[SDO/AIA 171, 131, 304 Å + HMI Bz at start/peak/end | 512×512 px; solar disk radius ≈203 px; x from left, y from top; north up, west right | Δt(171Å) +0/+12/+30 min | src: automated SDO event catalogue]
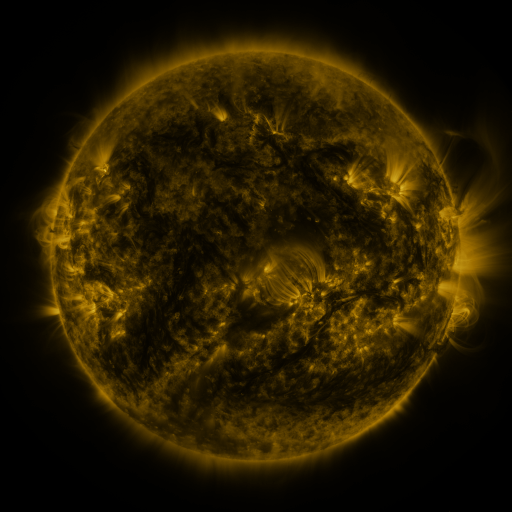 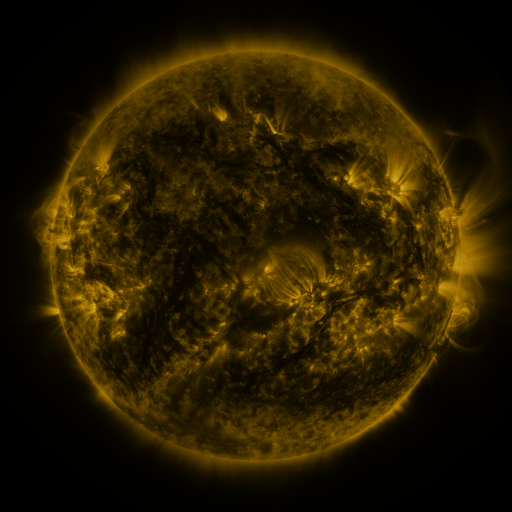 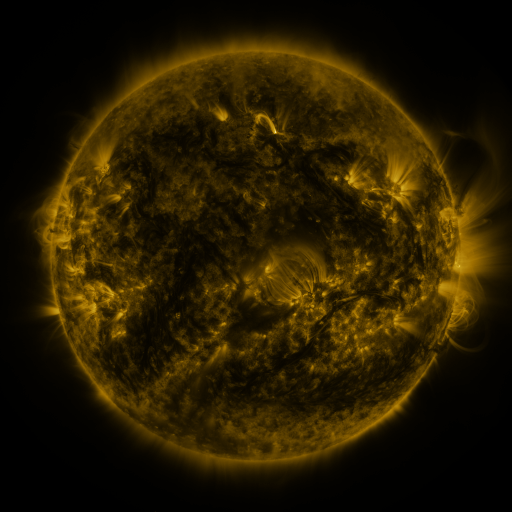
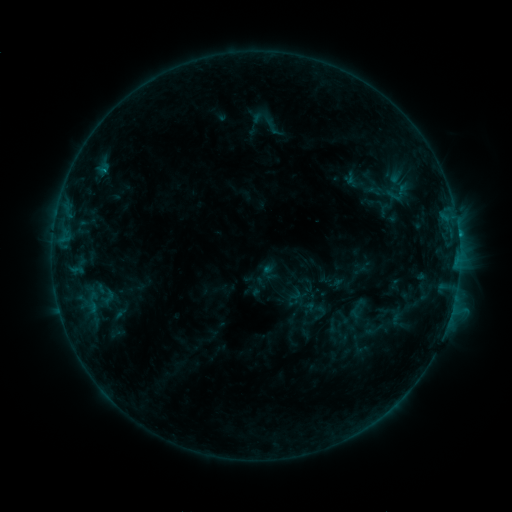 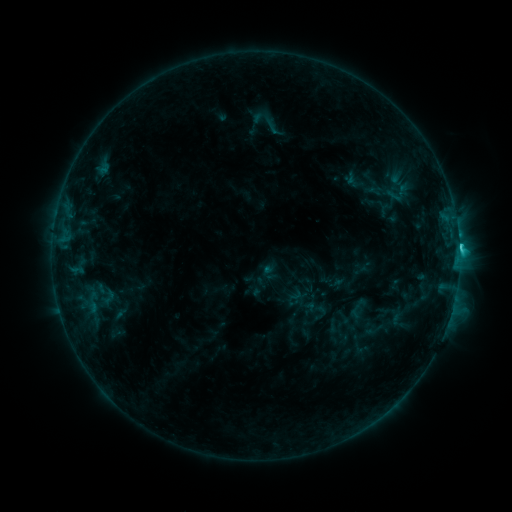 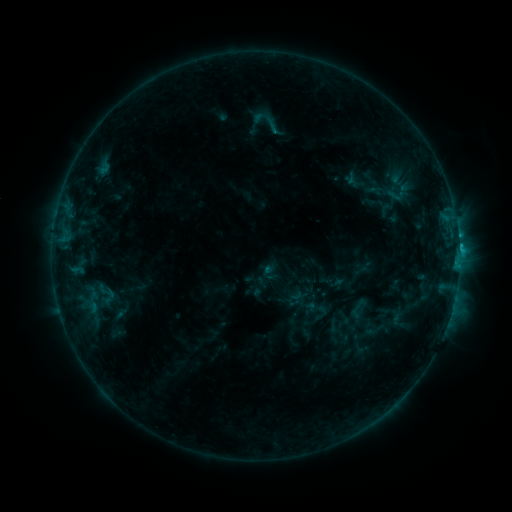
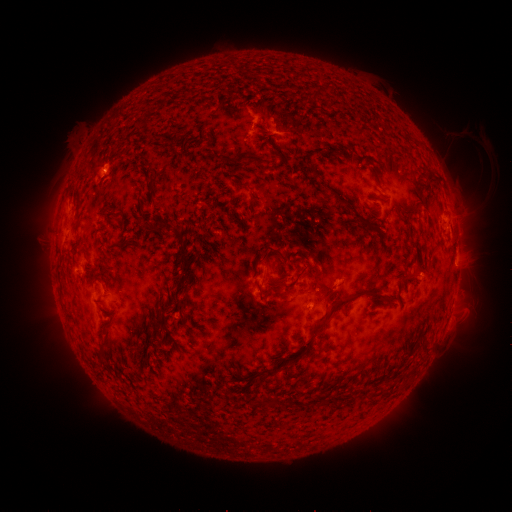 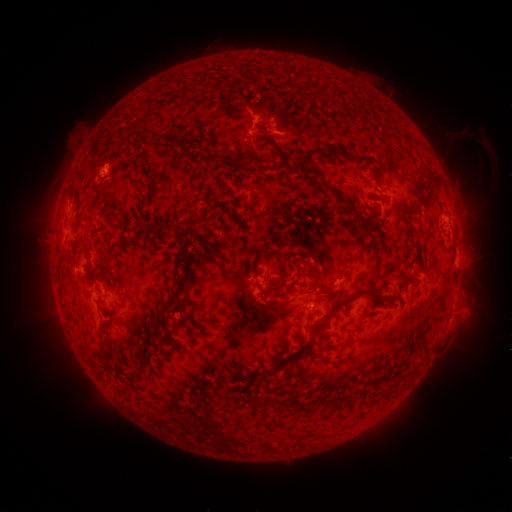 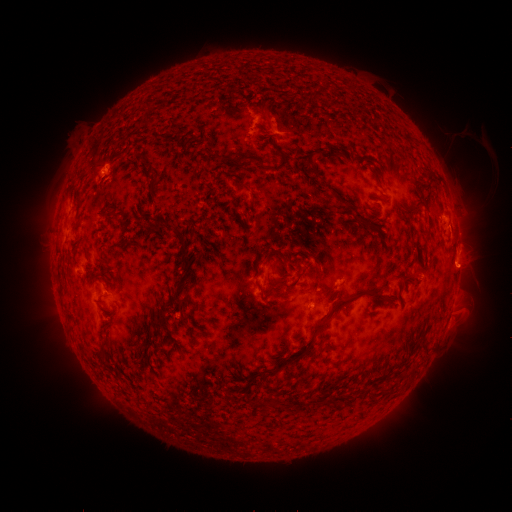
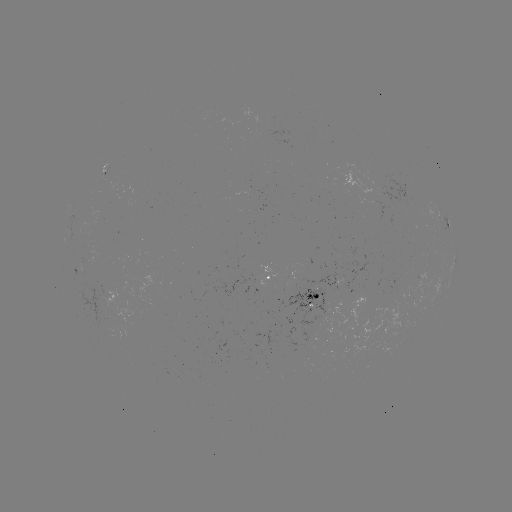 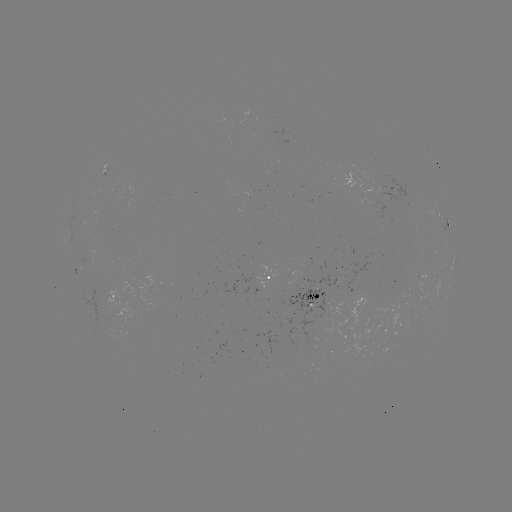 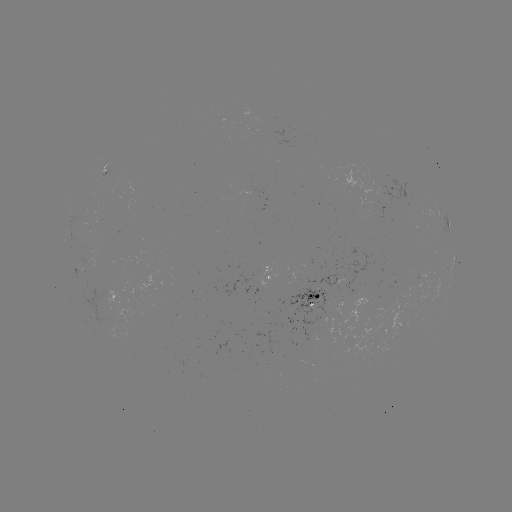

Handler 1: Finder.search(C2.6 flare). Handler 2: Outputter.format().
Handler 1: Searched C2.6 flare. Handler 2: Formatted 459,248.